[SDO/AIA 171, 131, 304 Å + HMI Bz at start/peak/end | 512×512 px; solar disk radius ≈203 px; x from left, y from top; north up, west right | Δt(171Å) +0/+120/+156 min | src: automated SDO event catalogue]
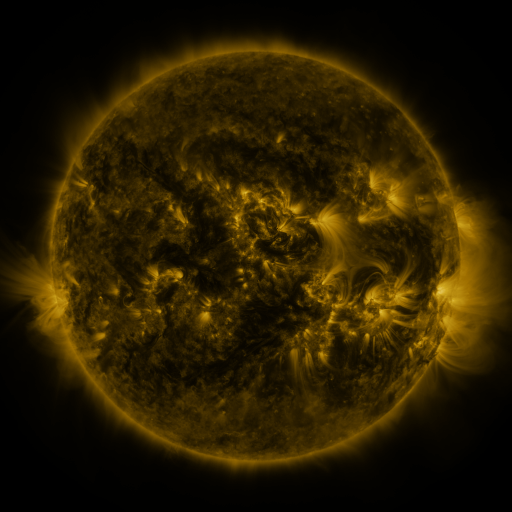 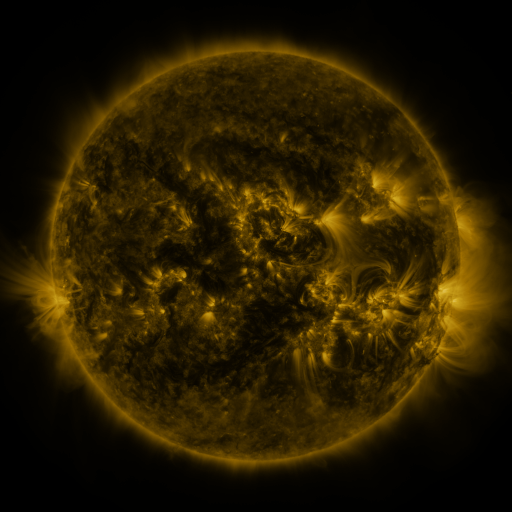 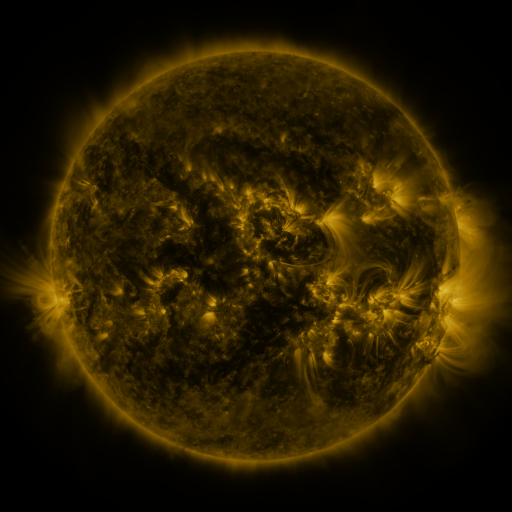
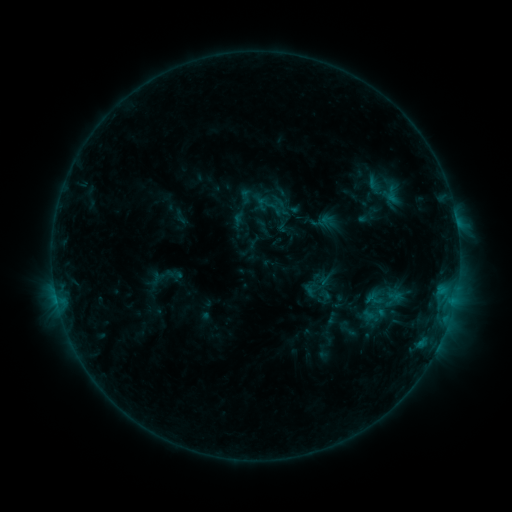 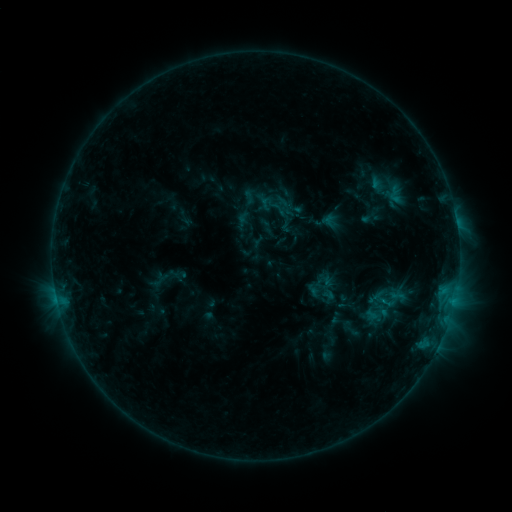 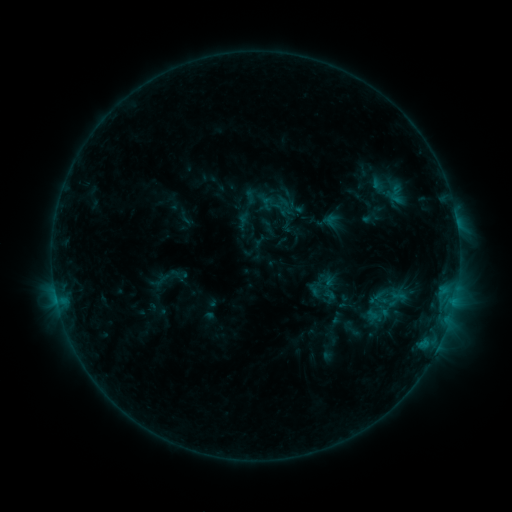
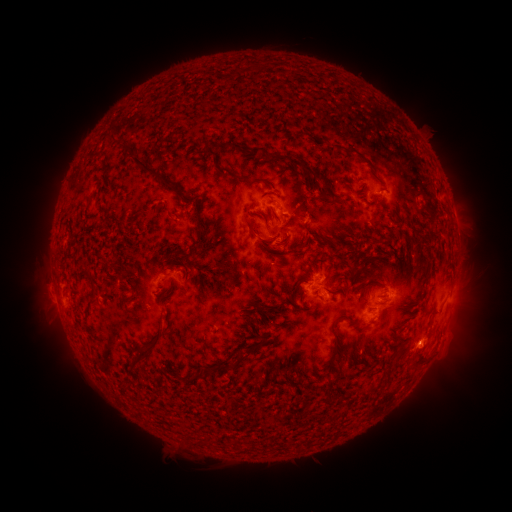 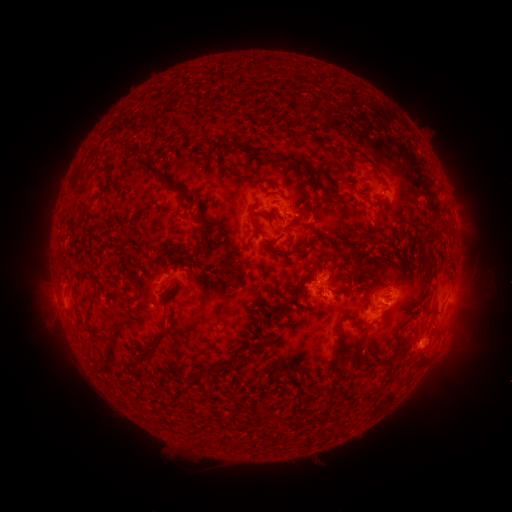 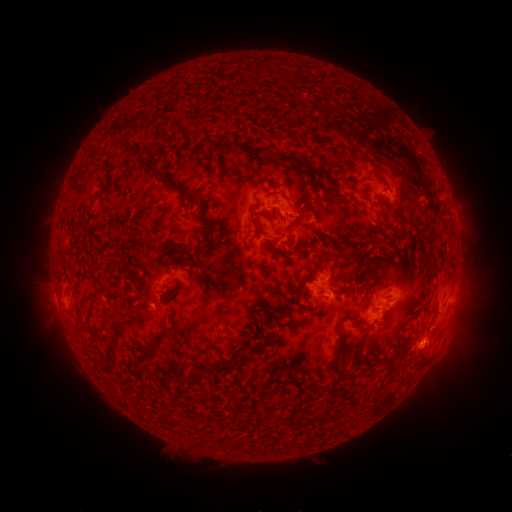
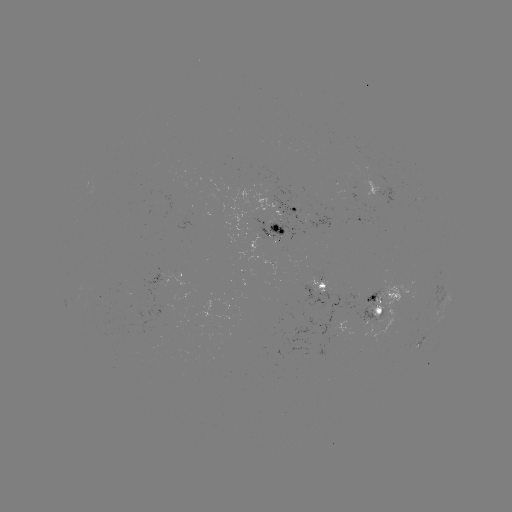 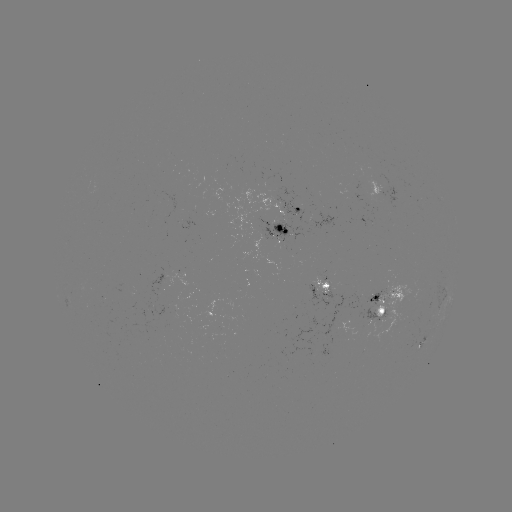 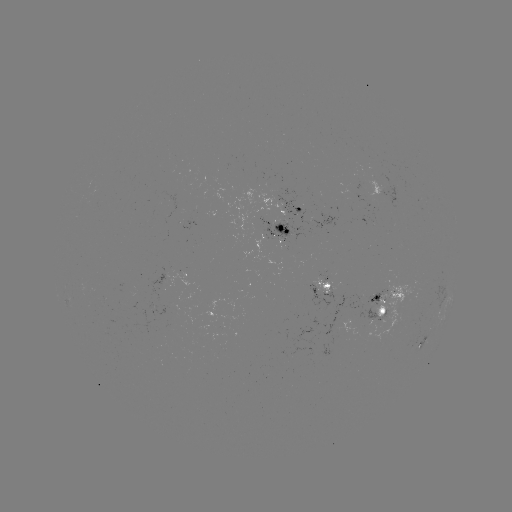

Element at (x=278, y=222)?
emerging-flux region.